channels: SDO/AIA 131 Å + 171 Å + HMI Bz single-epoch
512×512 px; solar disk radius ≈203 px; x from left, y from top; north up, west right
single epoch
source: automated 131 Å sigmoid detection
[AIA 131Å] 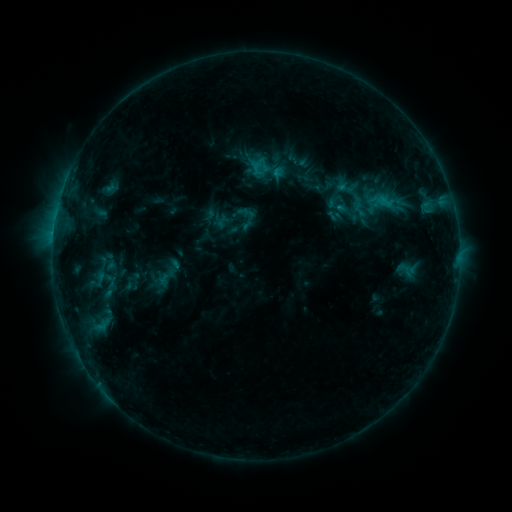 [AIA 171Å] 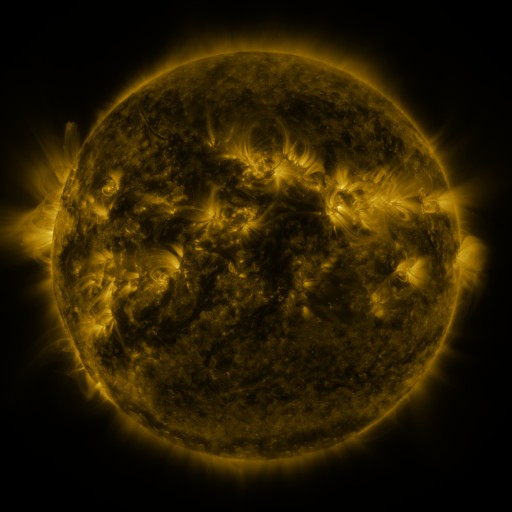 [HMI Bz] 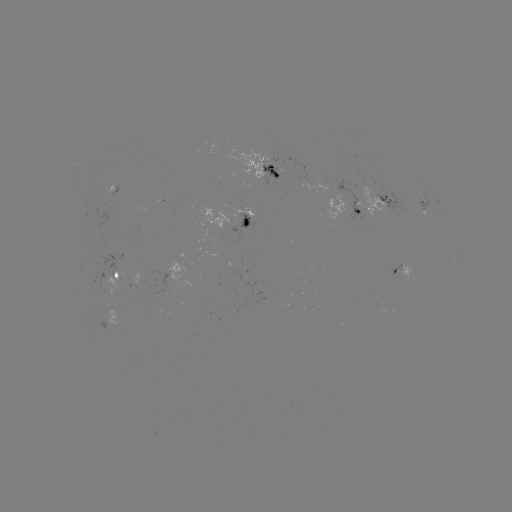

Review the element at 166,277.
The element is sigmoid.